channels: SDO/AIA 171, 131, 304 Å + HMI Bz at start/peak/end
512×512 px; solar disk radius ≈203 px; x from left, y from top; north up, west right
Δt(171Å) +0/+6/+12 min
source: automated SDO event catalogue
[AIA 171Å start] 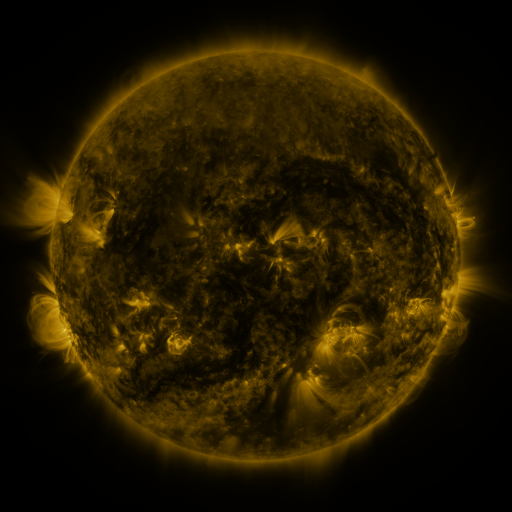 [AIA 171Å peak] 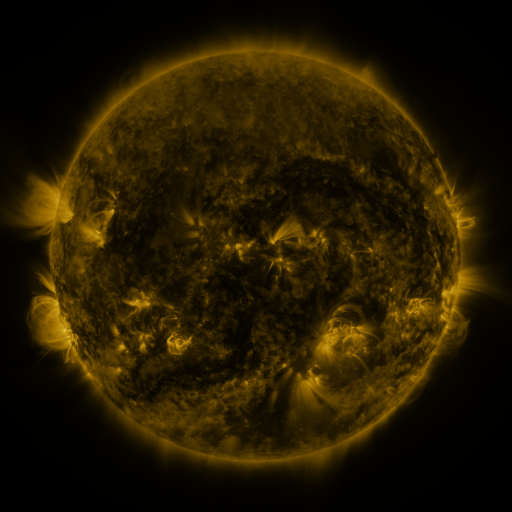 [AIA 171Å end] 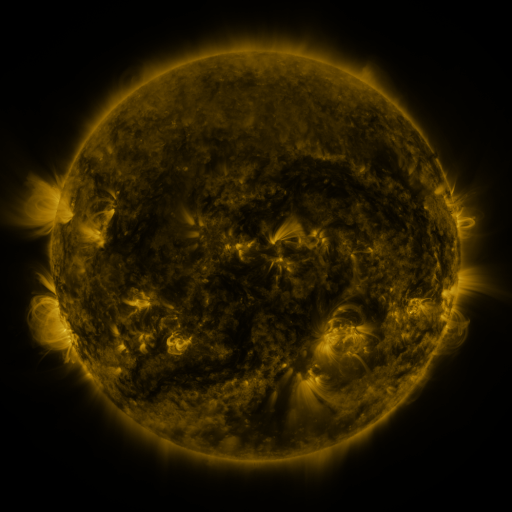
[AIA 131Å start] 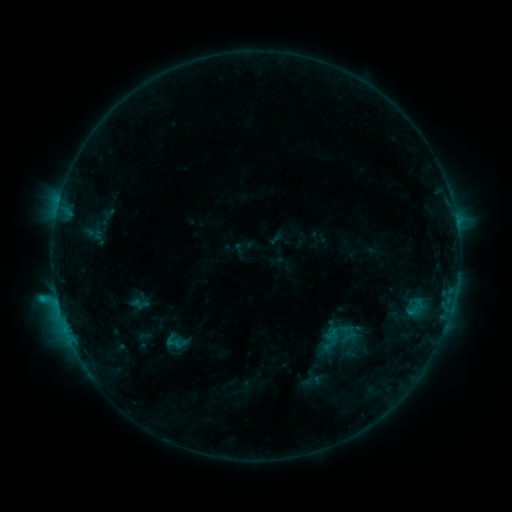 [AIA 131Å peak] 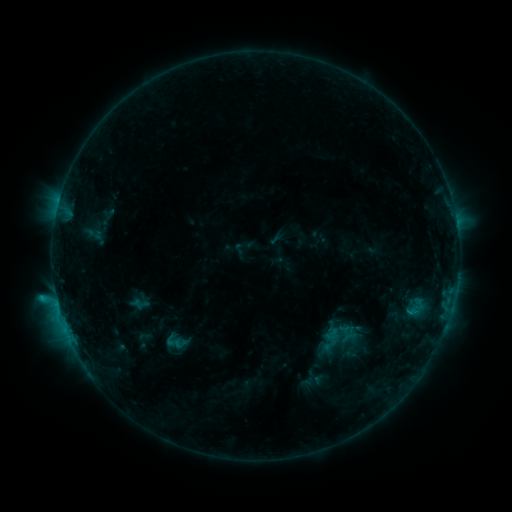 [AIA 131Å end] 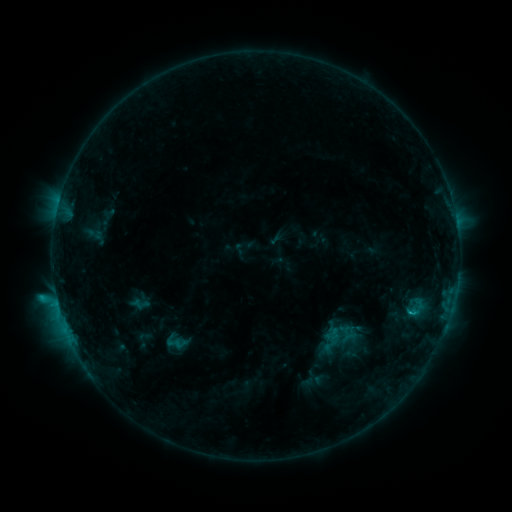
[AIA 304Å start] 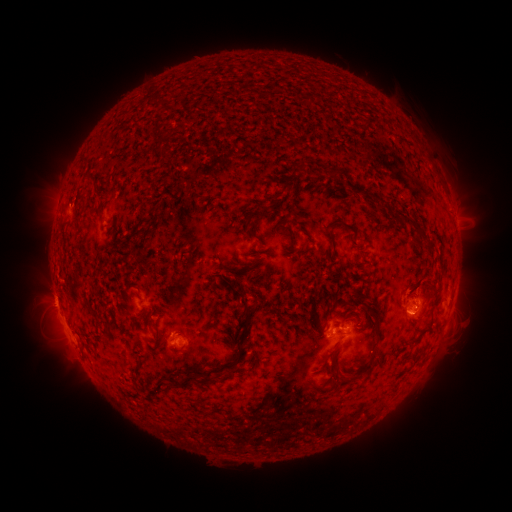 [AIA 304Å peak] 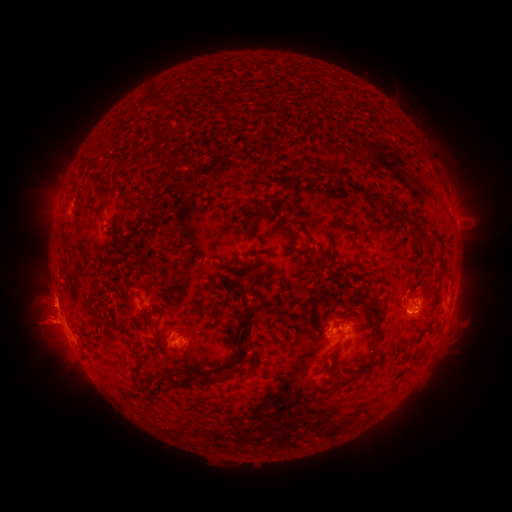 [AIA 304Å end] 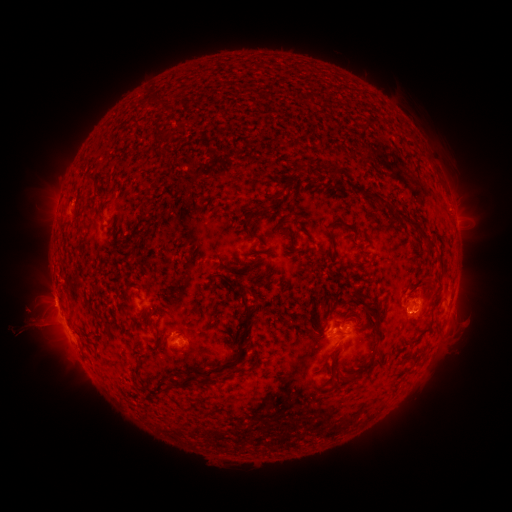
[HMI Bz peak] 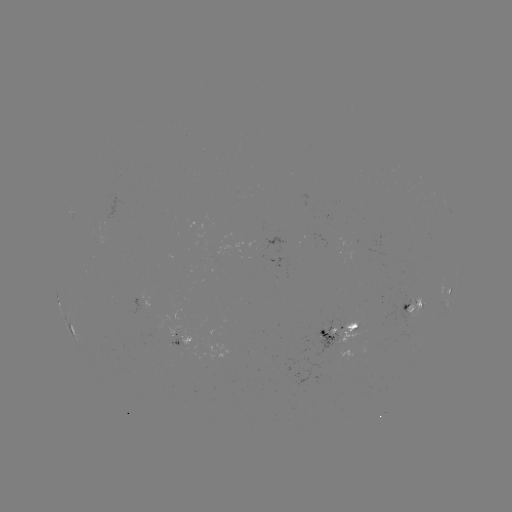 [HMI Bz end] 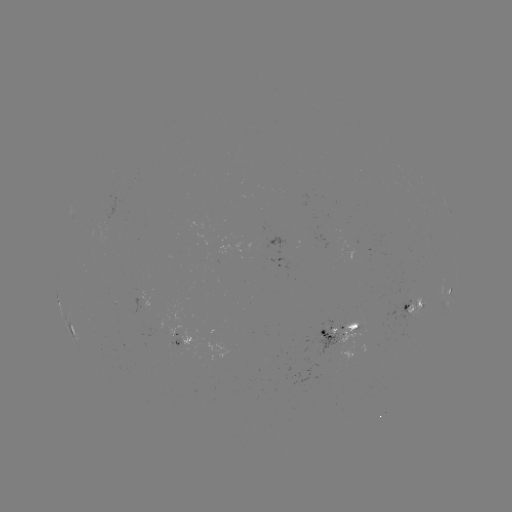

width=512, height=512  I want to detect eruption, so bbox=[24, 267, 73, 296].